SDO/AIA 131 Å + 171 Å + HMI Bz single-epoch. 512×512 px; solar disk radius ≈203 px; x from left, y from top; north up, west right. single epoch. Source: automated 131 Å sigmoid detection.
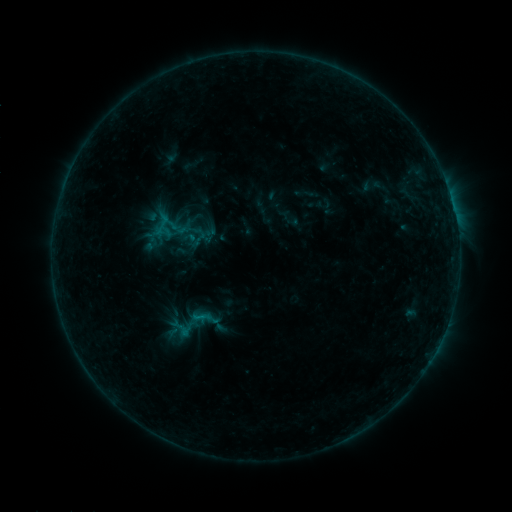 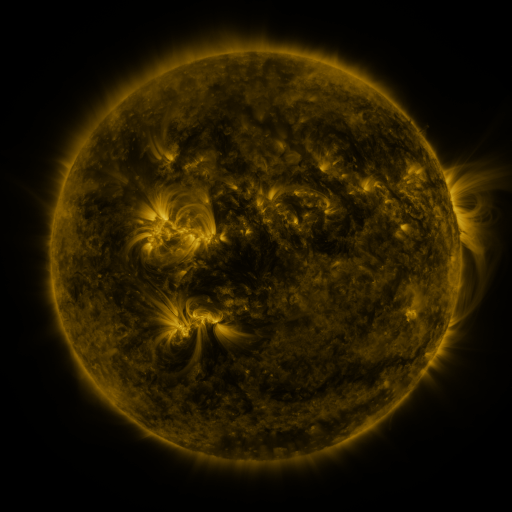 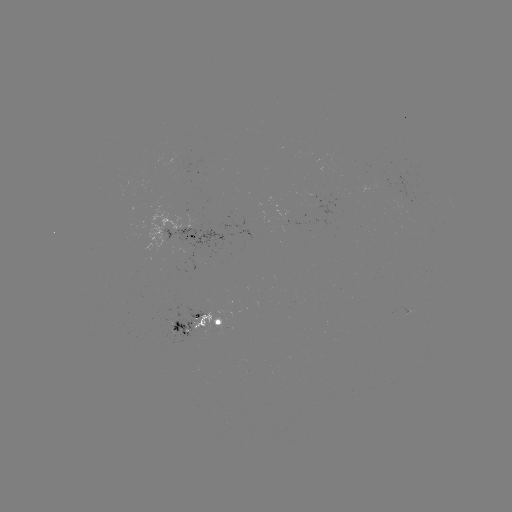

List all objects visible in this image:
sigmoid: <bbox>151, 213, 173, 235</bbox>
sigmoid: <bbox>182, 308, 211, 331</bbox>
